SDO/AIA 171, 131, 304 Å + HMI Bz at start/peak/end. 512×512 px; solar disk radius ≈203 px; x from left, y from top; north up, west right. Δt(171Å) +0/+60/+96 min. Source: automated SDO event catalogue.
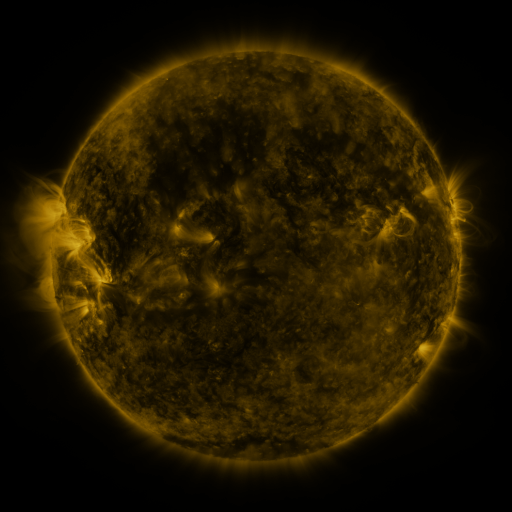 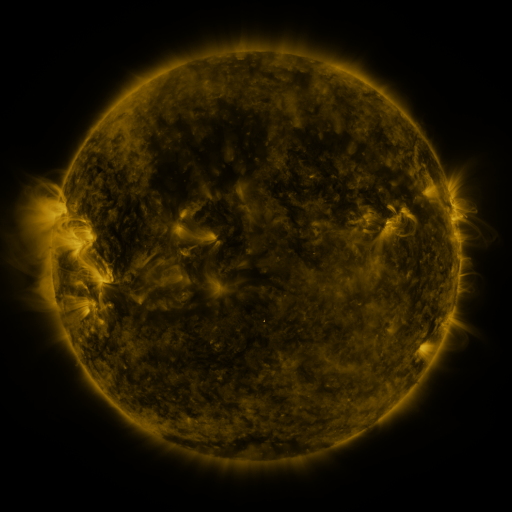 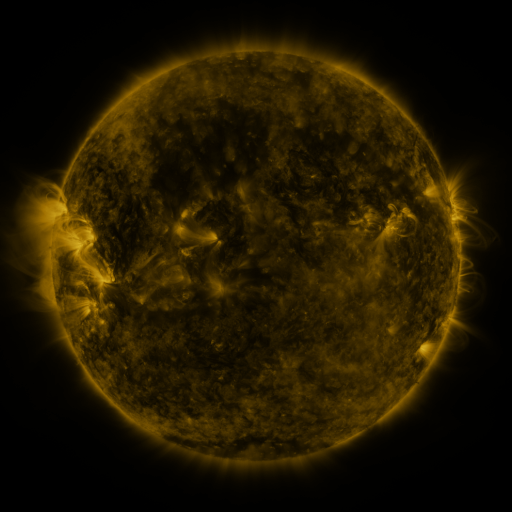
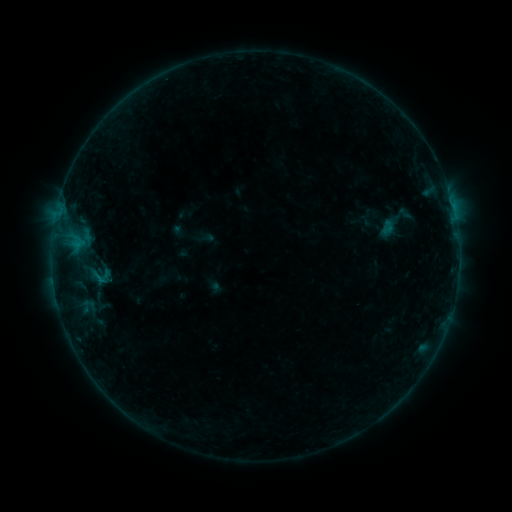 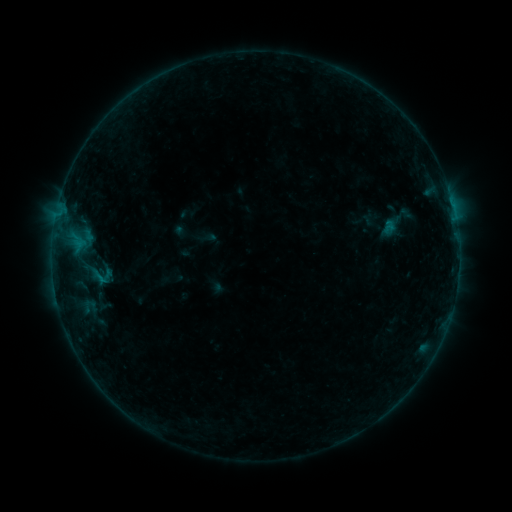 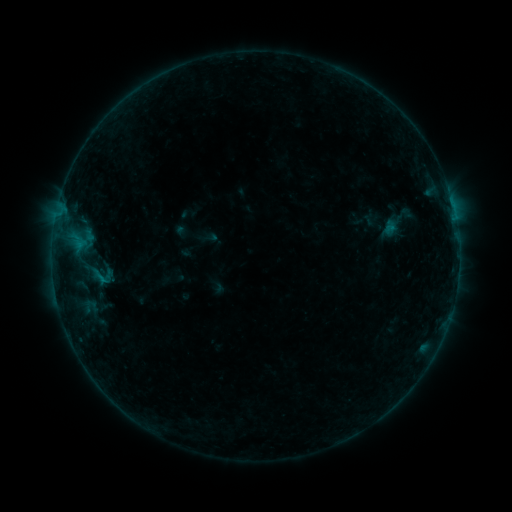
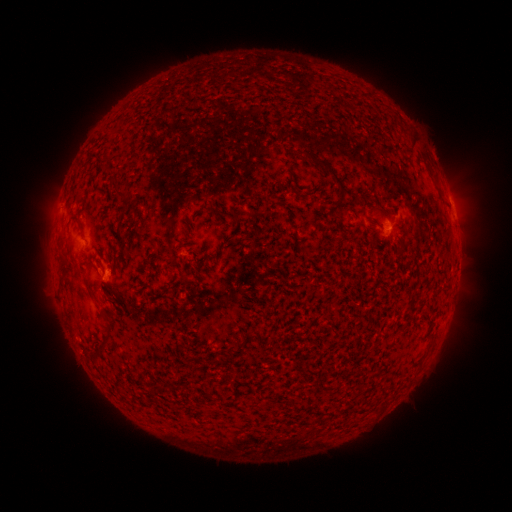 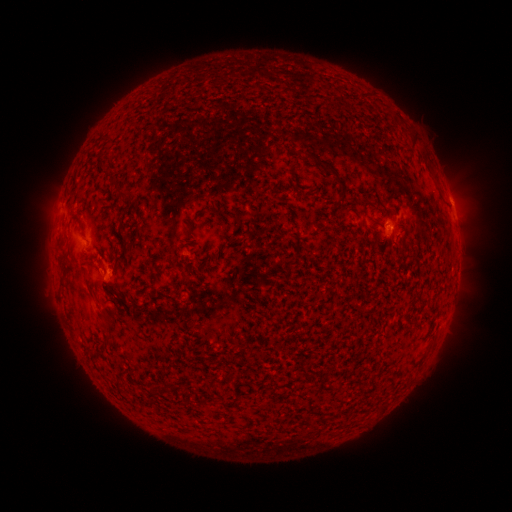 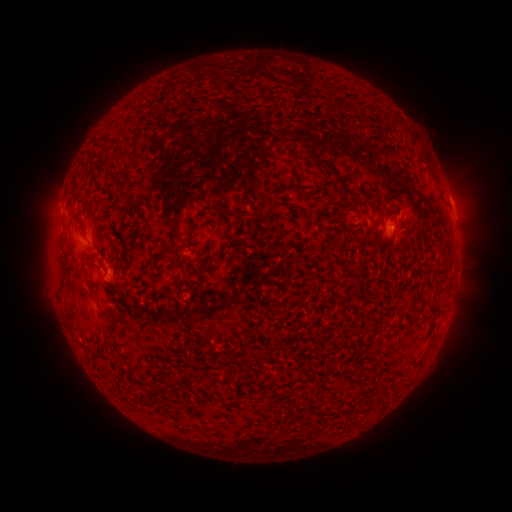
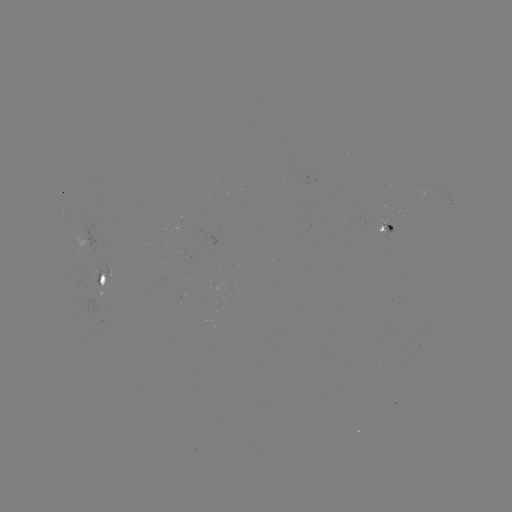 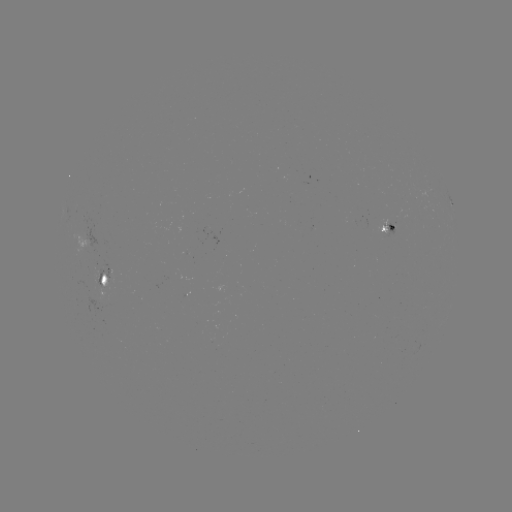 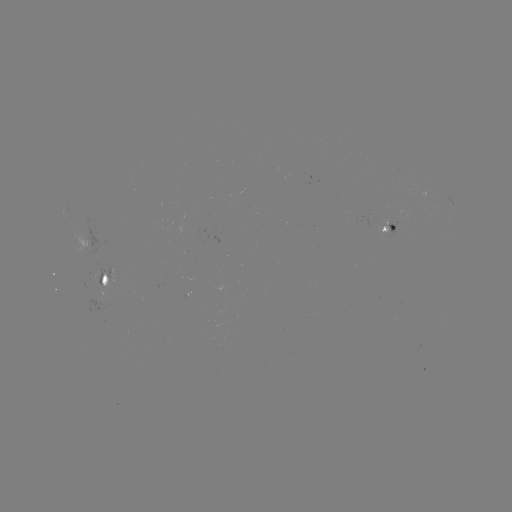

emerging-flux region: (375, 219, 397, 233)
